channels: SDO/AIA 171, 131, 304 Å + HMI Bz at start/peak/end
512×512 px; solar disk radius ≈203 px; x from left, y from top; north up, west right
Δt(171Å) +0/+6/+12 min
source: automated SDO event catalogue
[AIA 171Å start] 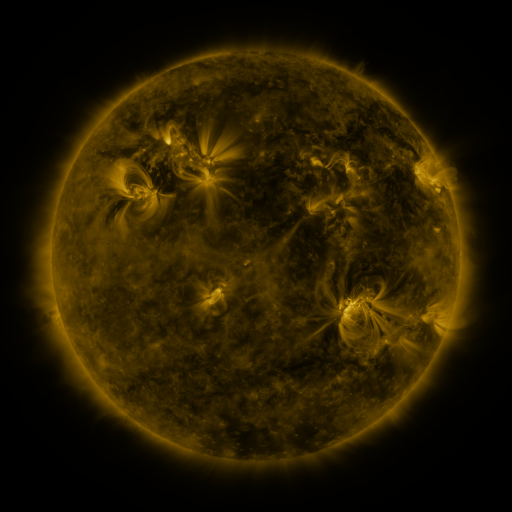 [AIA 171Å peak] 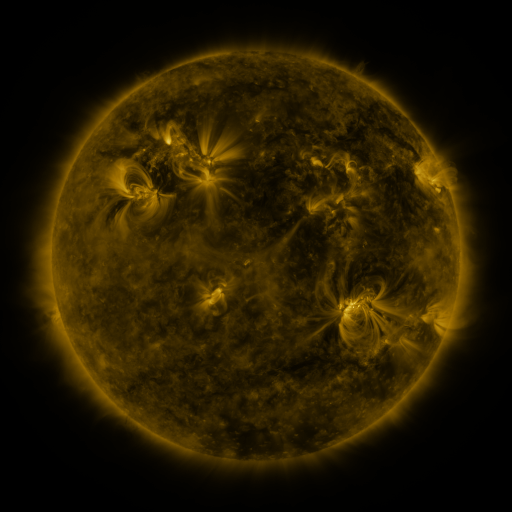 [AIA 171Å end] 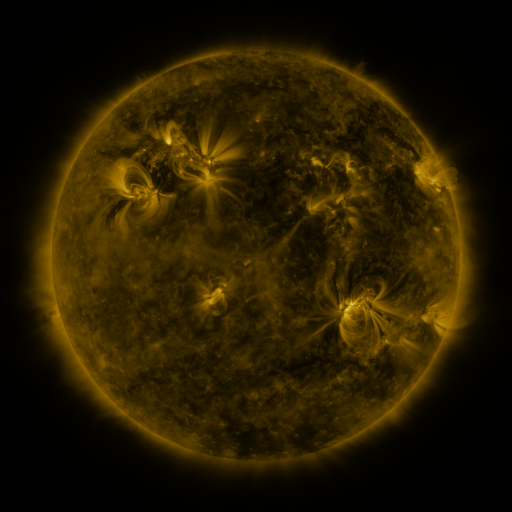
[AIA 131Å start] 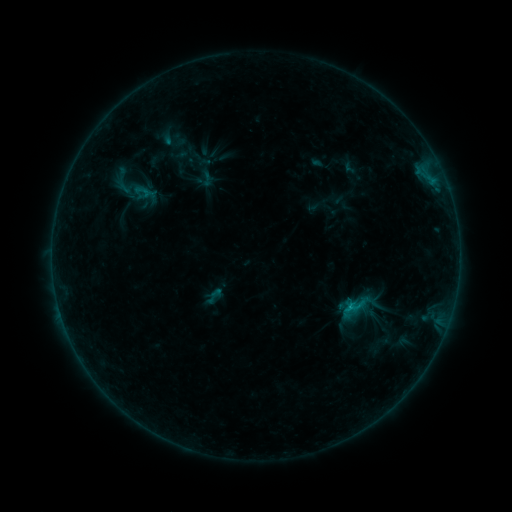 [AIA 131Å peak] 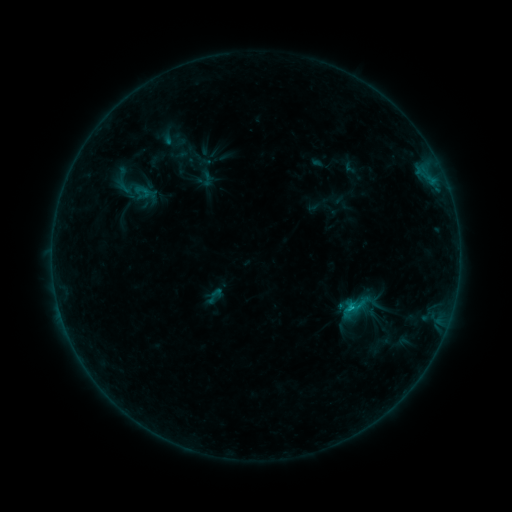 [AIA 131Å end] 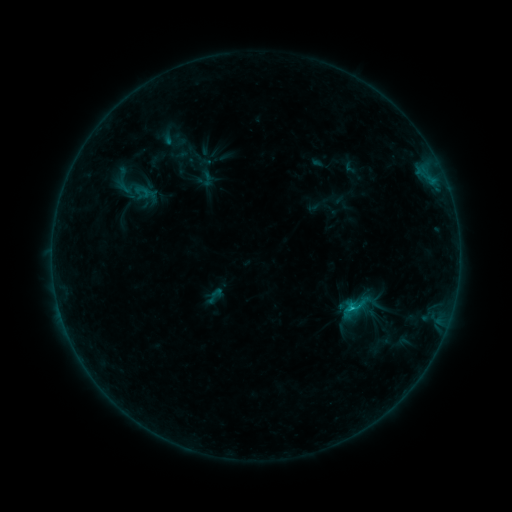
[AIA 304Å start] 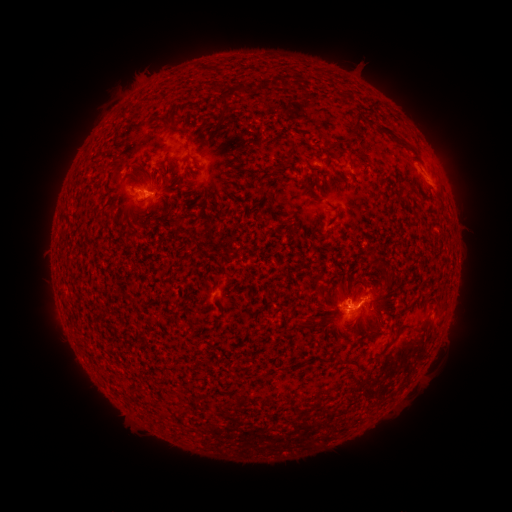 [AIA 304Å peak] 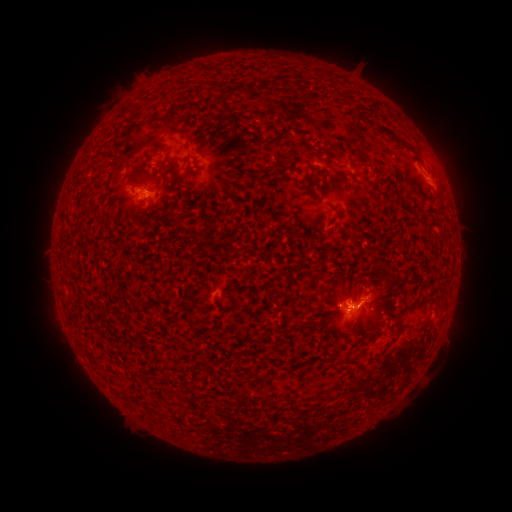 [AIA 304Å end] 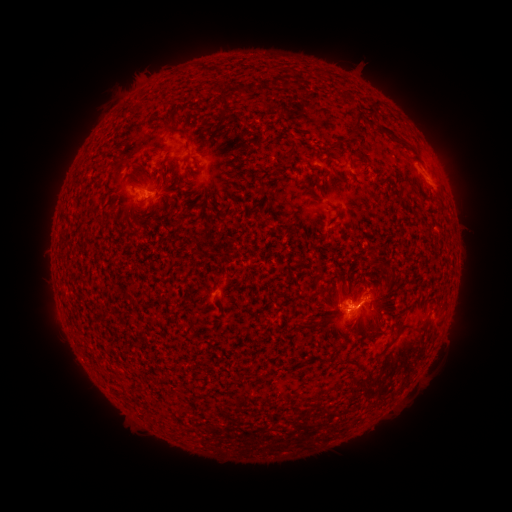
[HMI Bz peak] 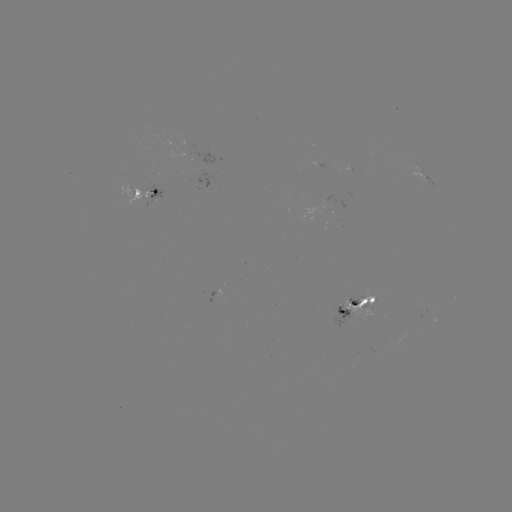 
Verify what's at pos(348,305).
C1.0 flare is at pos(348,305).